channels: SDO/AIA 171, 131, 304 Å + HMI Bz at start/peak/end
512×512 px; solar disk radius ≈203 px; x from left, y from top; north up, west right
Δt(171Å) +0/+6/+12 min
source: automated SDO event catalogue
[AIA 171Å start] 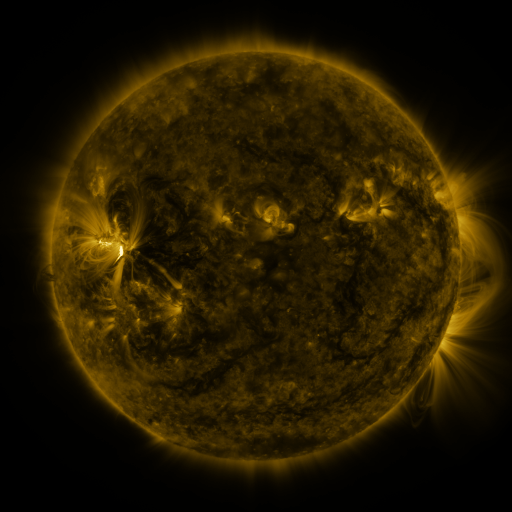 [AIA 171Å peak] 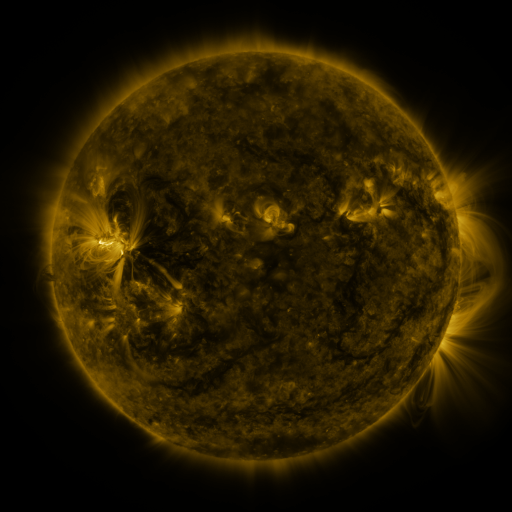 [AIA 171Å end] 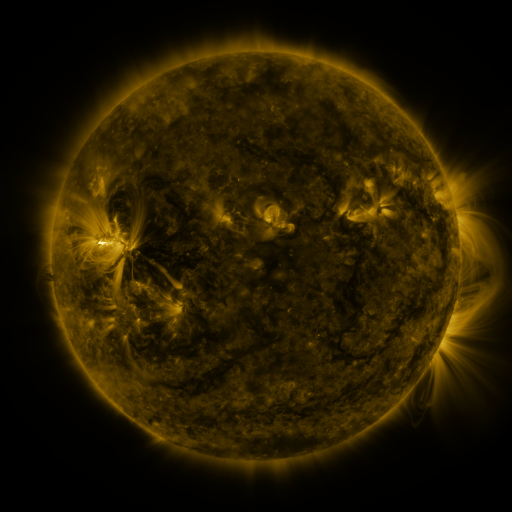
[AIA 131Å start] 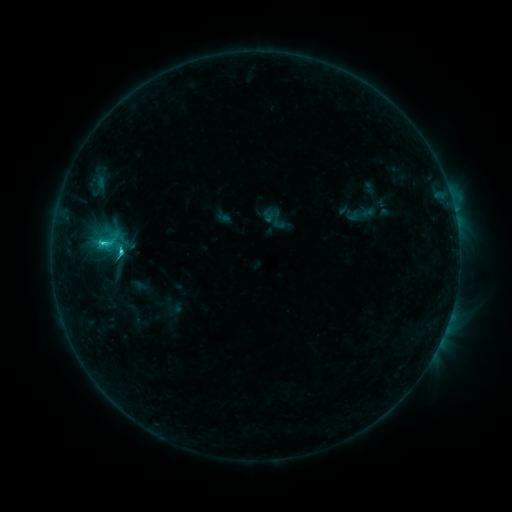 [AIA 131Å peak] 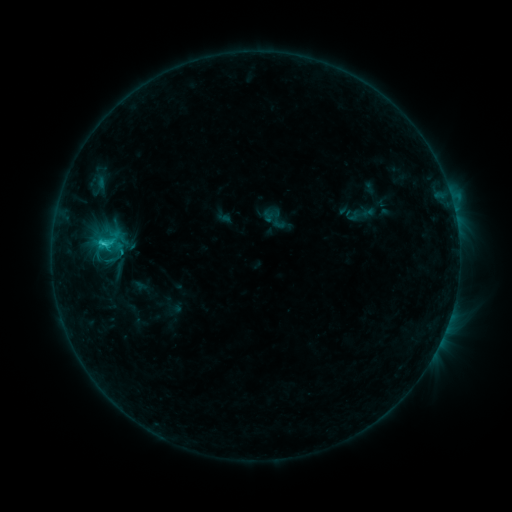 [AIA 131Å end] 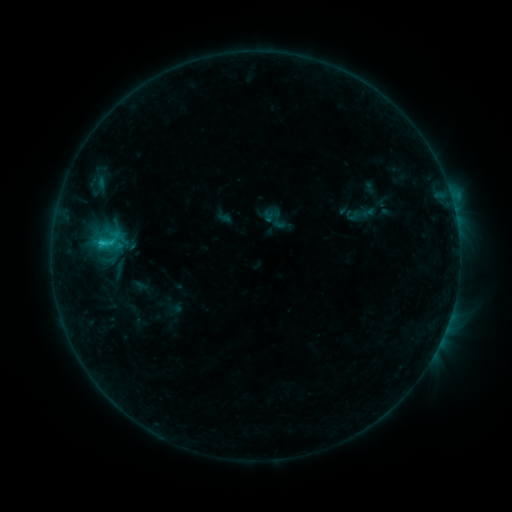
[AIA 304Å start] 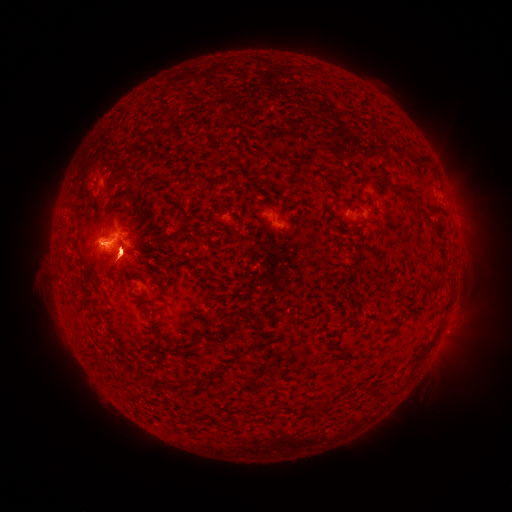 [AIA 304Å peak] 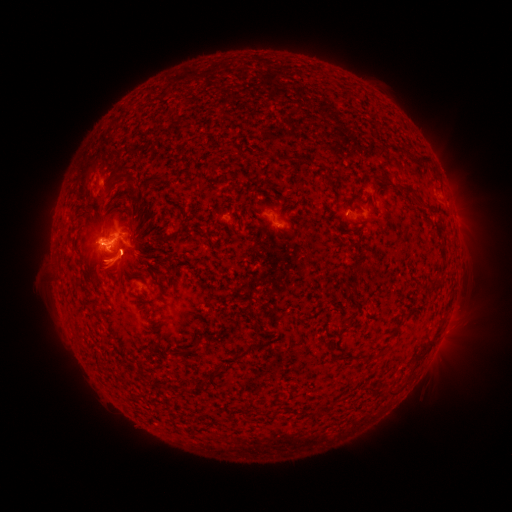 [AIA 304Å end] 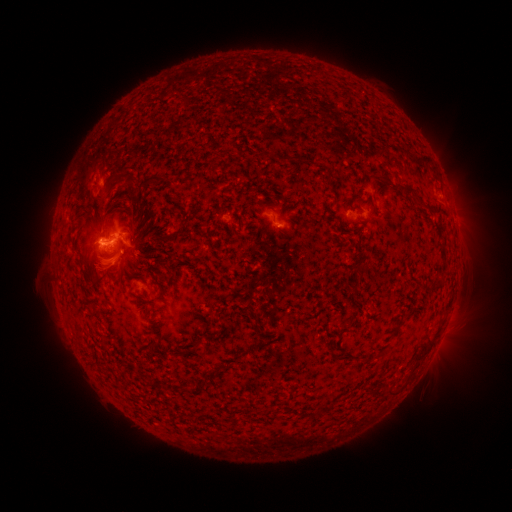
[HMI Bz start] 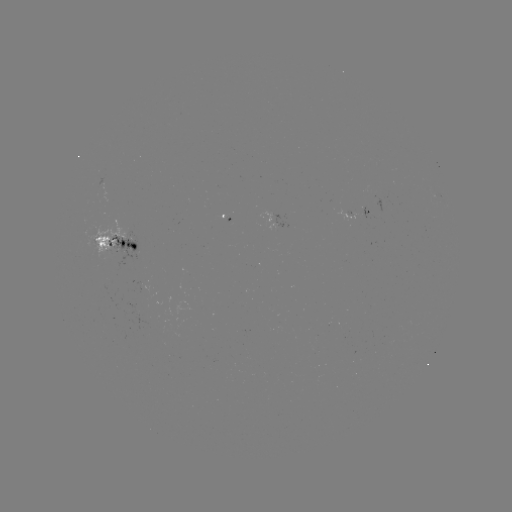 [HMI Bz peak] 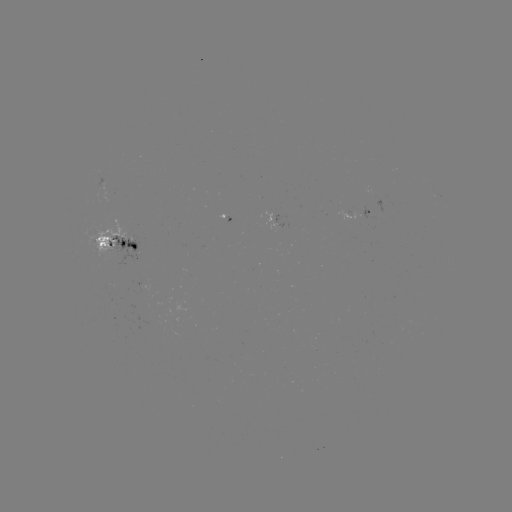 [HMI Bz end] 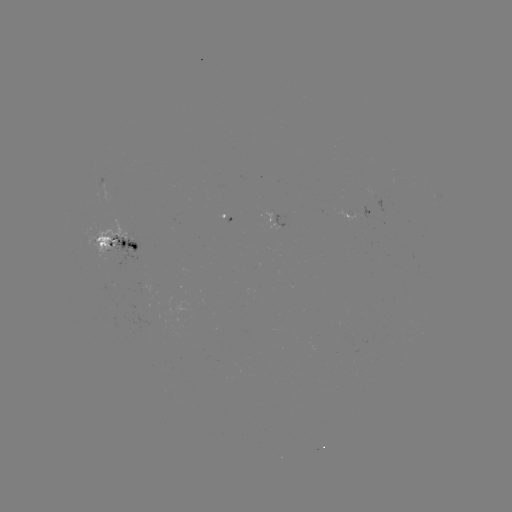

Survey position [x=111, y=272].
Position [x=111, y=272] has eruption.